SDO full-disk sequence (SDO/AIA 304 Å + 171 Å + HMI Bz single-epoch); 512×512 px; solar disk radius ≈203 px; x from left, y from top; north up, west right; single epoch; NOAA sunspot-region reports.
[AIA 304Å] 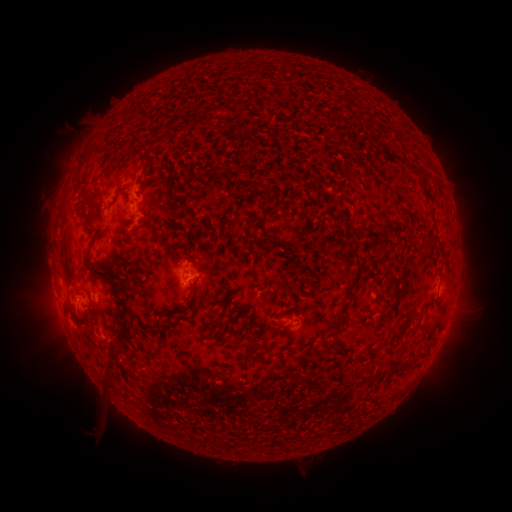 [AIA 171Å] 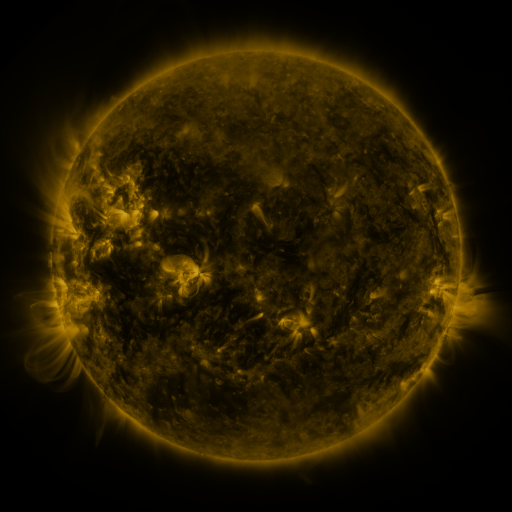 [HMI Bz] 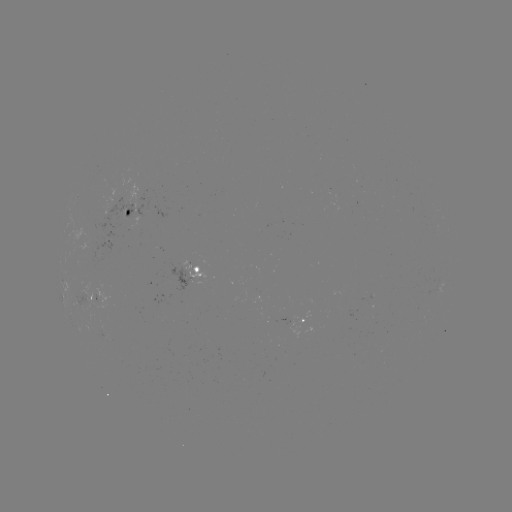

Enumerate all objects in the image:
spotted active region: (127, 212)
spotted active region: (196, 283)
spotted active region: (443, 287)
spotted active region: (89, 301)
spotted active region: (299, 321)
